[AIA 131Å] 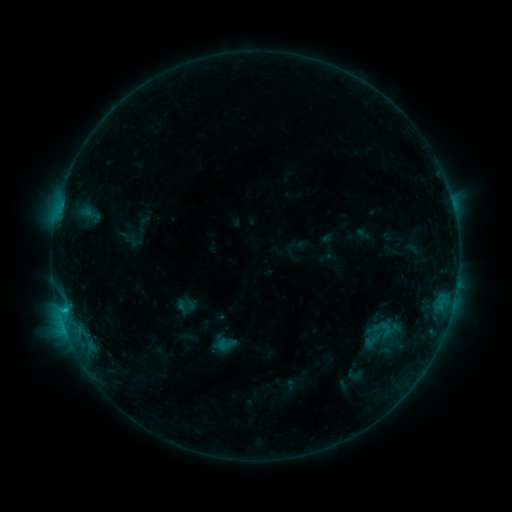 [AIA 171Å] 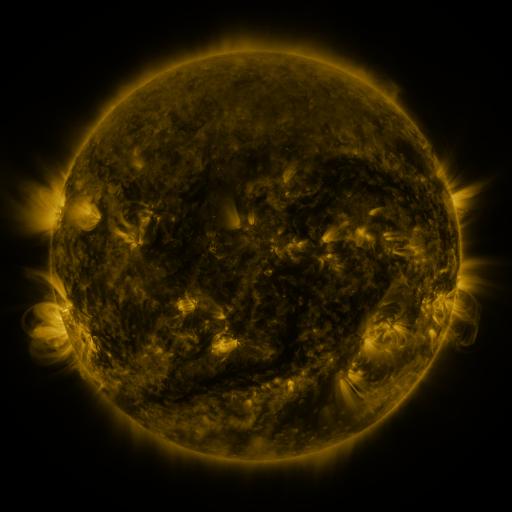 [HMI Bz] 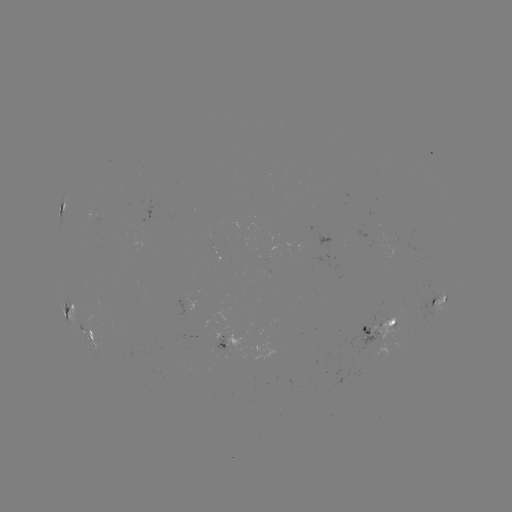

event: sigmoid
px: (225, 344)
